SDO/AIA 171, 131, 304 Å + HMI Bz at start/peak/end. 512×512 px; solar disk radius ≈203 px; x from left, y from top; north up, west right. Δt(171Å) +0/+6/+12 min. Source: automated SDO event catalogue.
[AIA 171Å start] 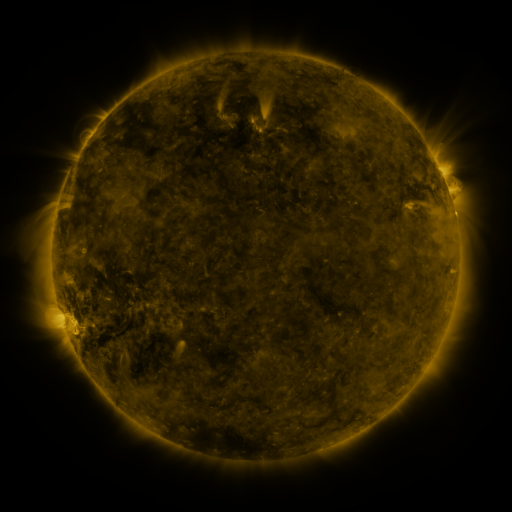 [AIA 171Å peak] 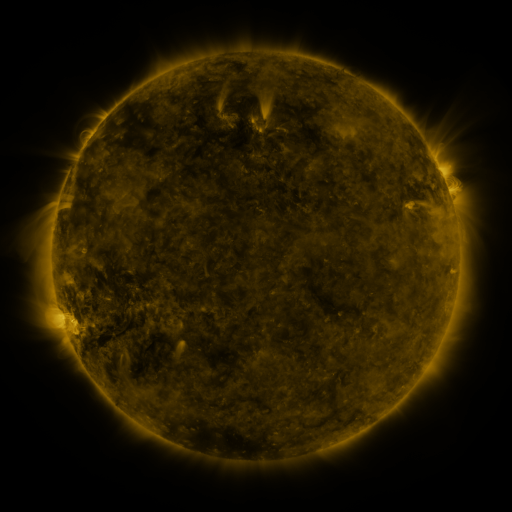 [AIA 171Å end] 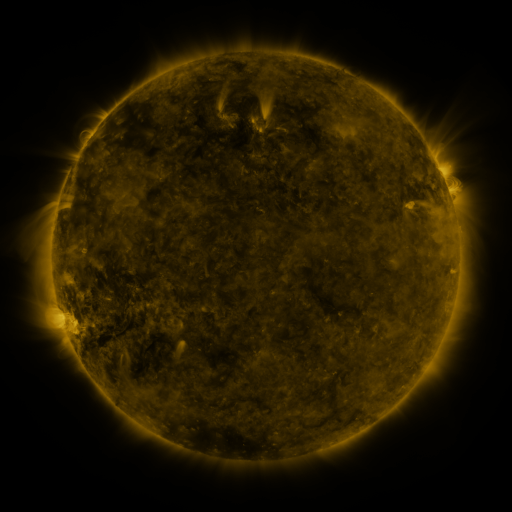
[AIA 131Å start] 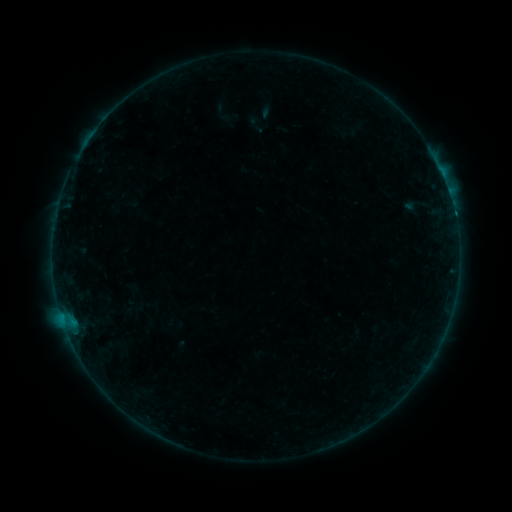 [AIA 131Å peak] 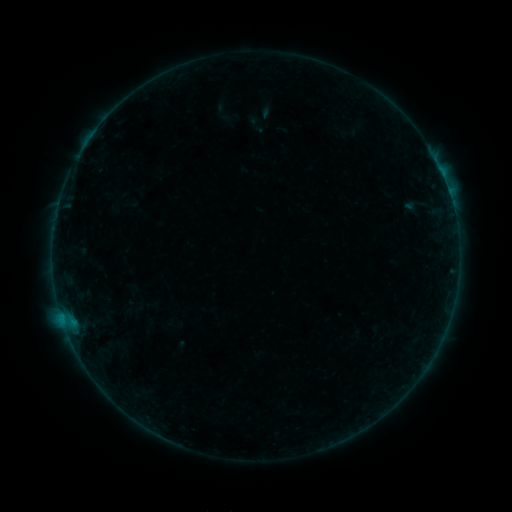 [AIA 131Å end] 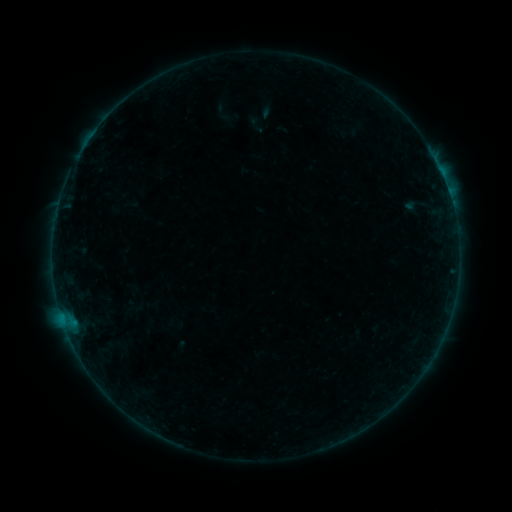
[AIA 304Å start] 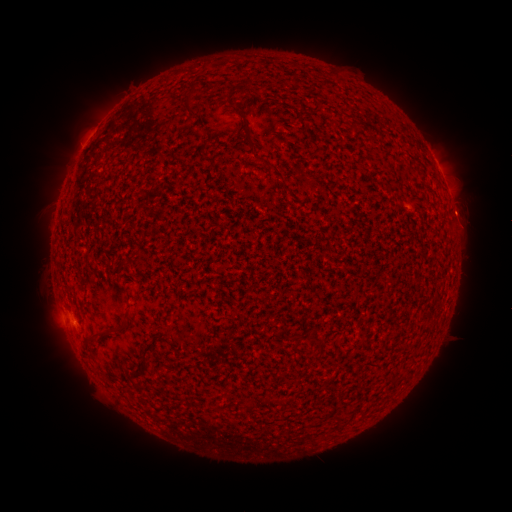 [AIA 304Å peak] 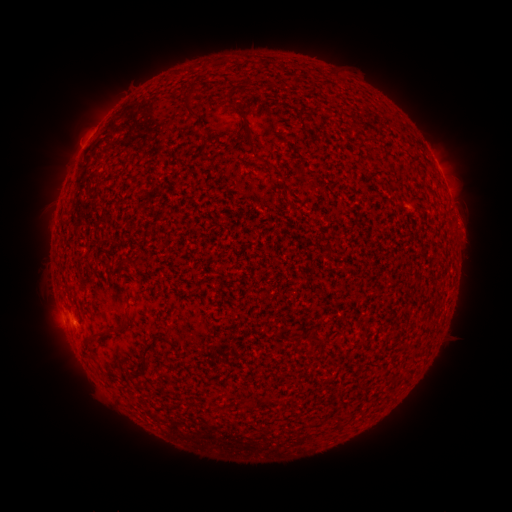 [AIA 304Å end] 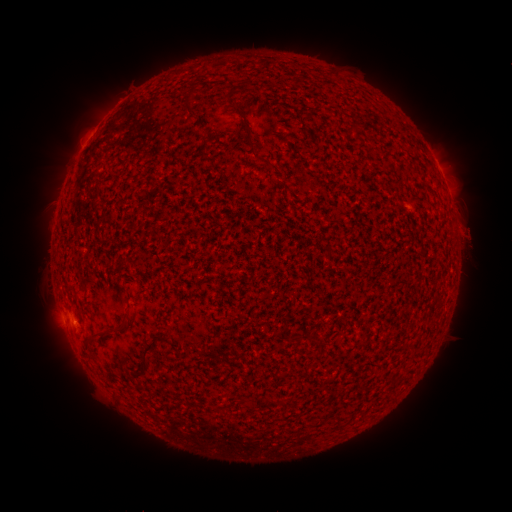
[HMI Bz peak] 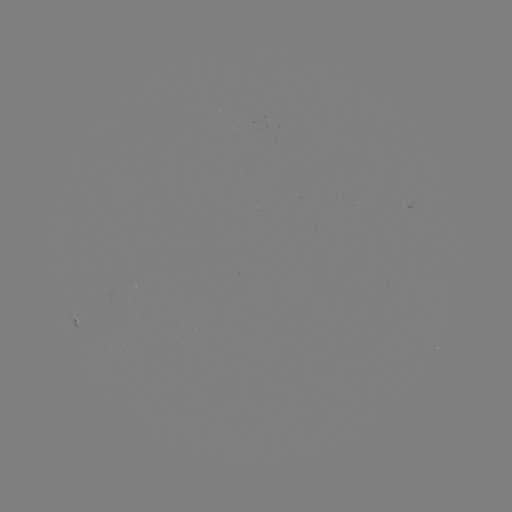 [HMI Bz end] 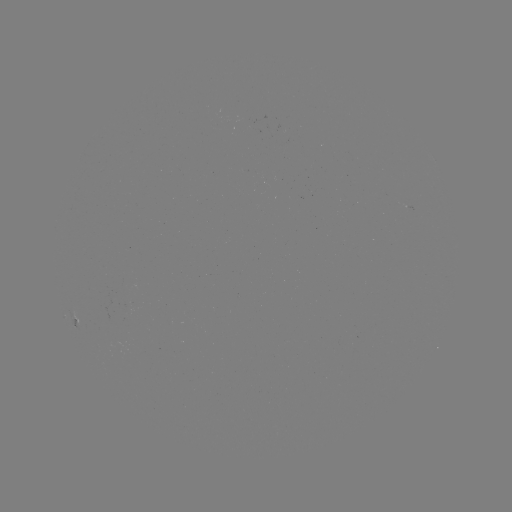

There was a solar eruption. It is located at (467, 224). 